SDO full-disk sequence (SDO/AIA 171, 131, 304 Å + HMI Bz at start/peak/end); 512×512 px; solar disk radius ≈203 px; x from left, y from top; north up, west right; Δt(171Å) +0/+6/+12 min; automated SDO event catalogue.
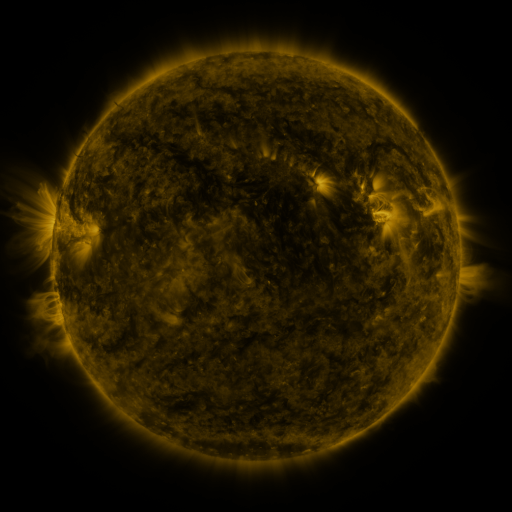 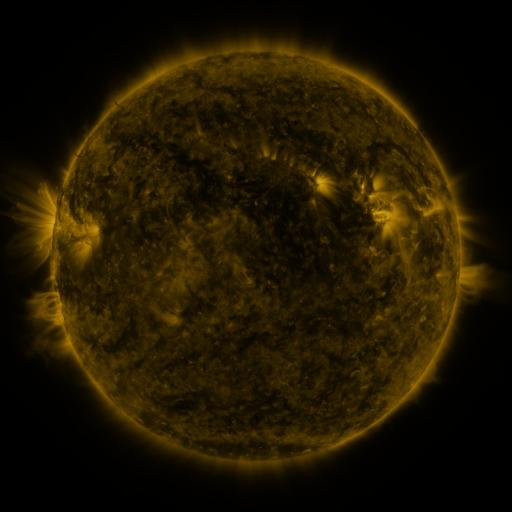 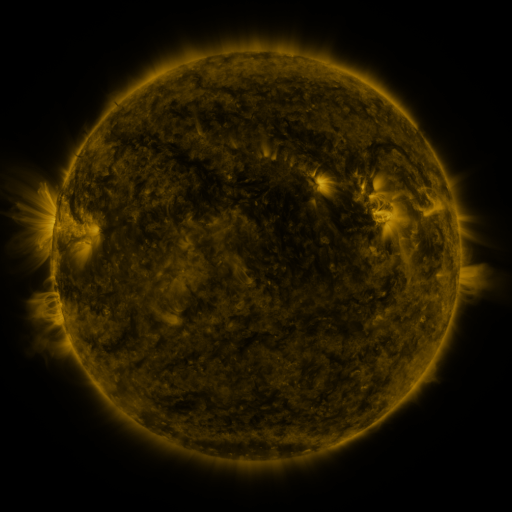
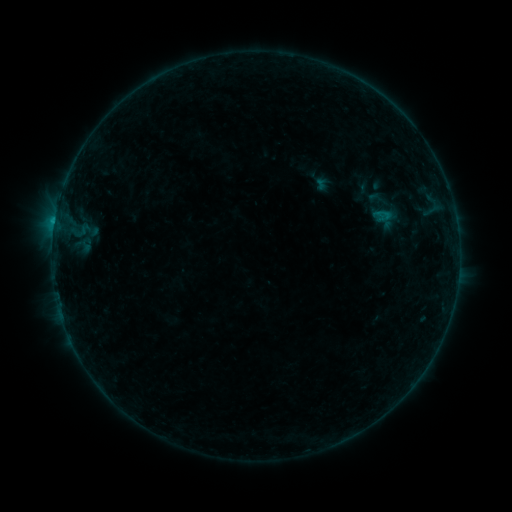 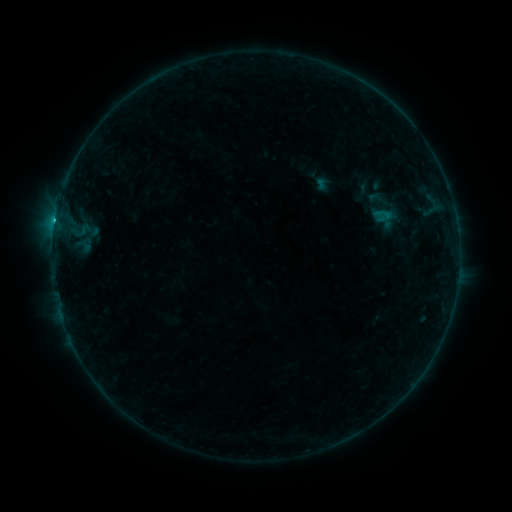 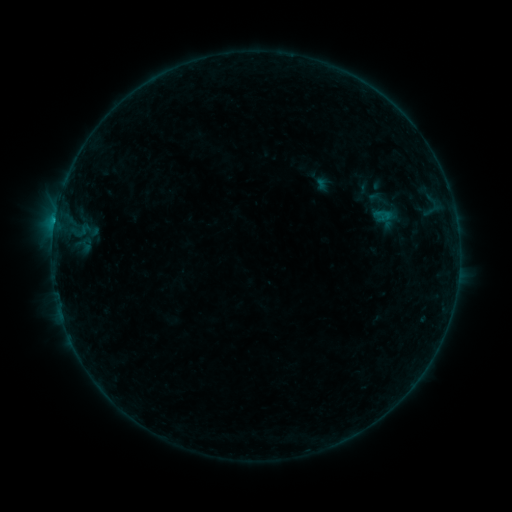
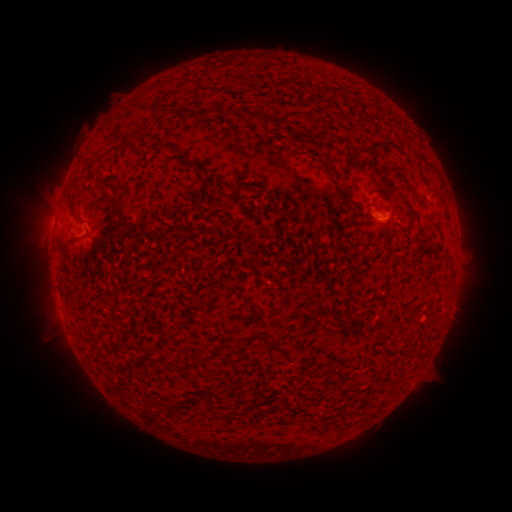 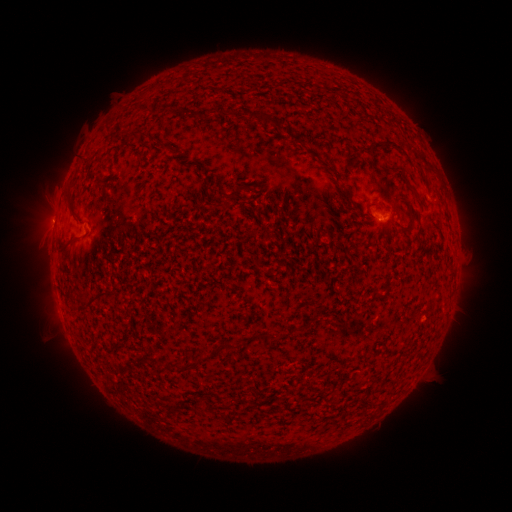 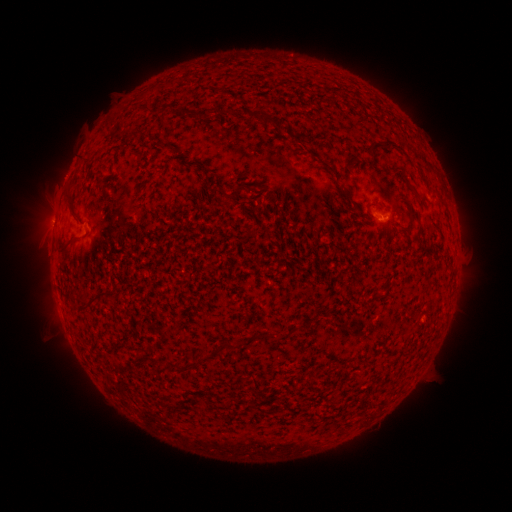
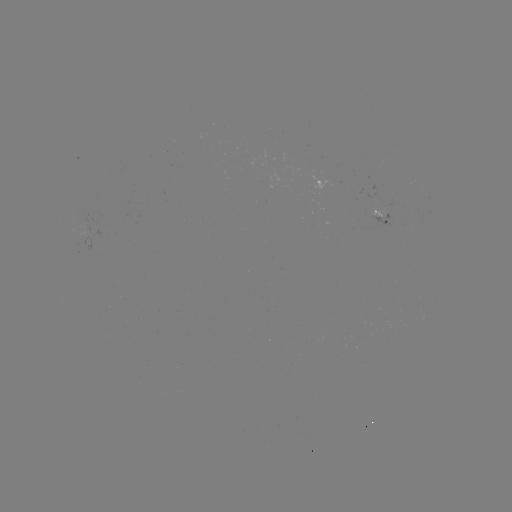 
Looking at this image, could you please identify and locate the C1.4 flare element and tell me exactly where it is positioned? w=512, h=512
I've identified C1.4 flare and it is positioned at (56, 222).